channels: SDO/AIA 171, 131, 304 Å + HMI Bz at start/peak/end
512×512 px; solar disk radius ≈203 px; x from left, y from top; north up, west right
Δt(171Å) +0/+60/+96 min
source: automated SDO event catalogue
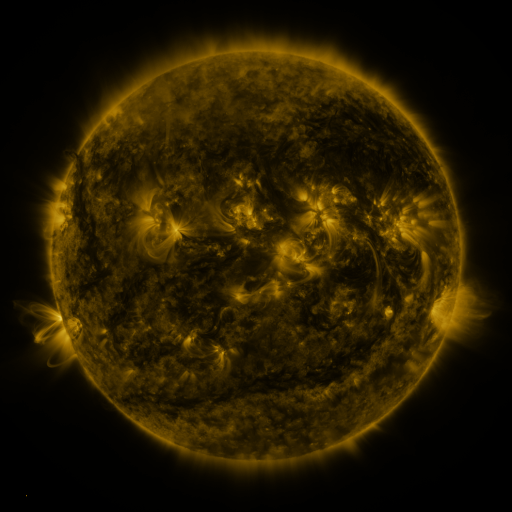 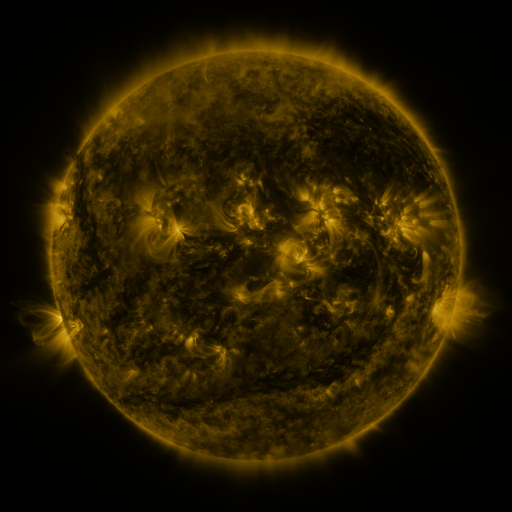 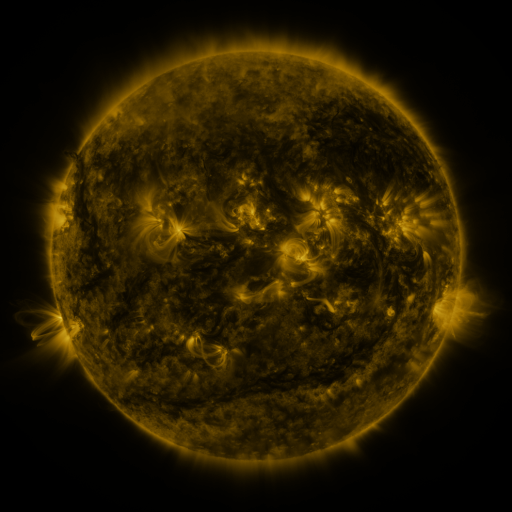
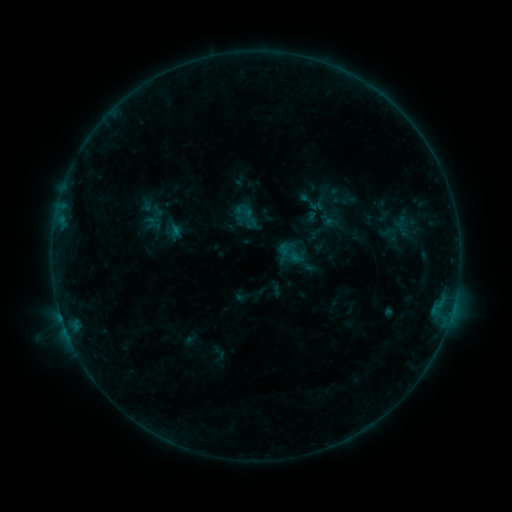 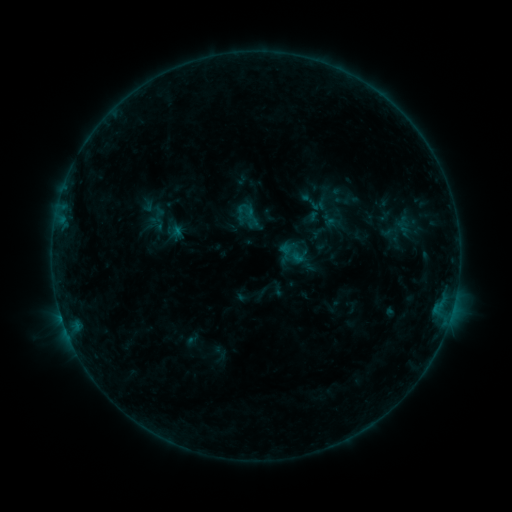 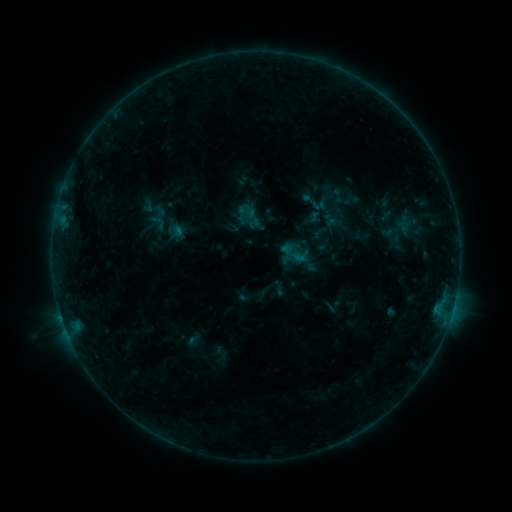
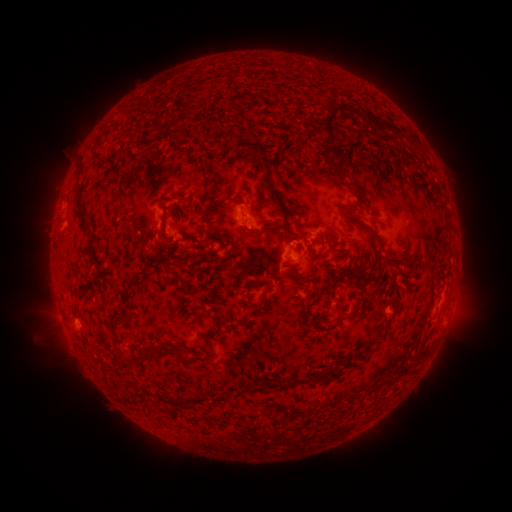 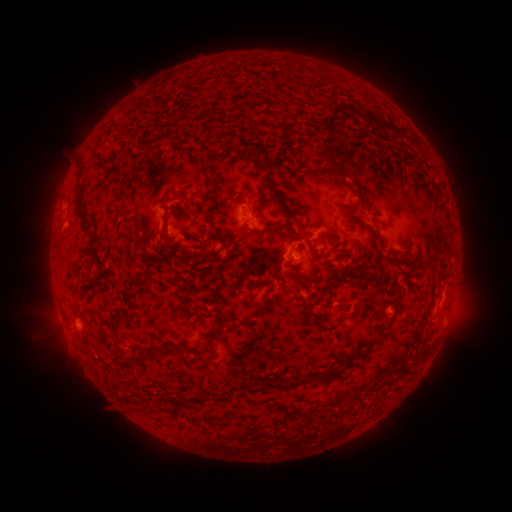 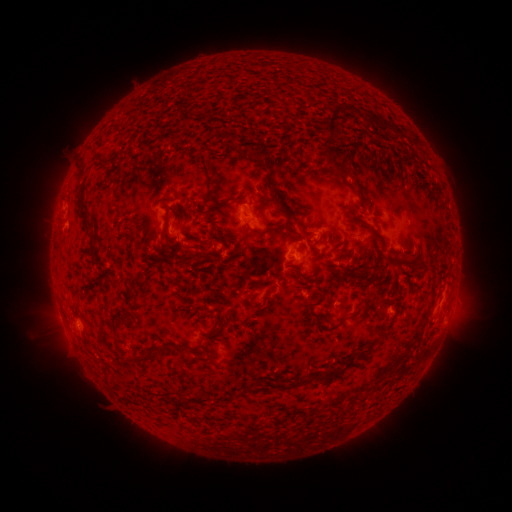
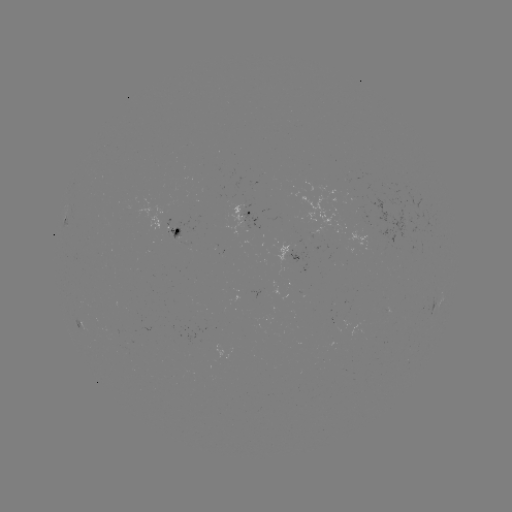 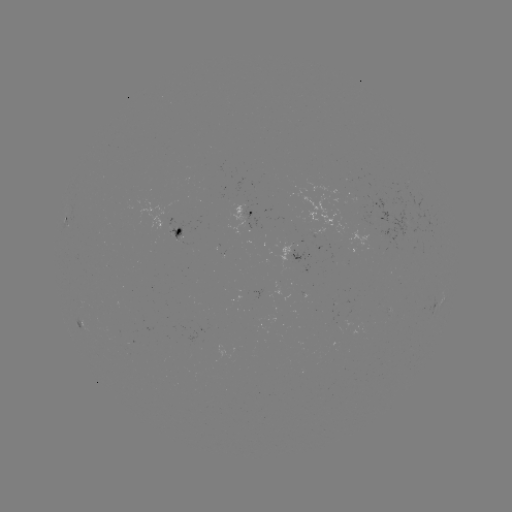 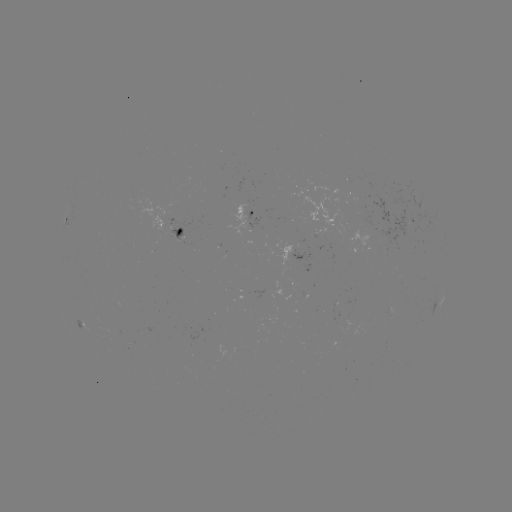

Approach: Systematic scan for emerging-flux region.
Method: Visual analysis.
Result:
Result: emerging-flux region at (175, 233).